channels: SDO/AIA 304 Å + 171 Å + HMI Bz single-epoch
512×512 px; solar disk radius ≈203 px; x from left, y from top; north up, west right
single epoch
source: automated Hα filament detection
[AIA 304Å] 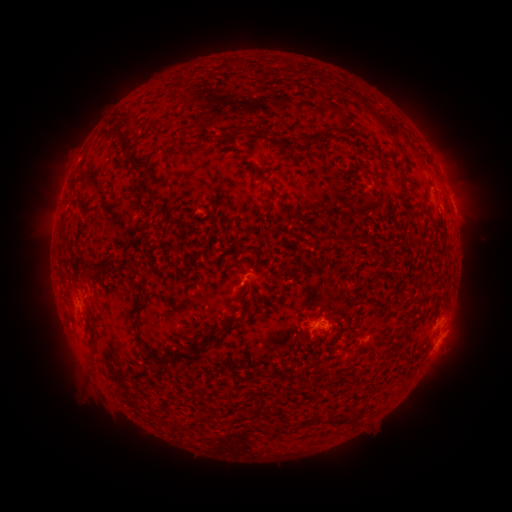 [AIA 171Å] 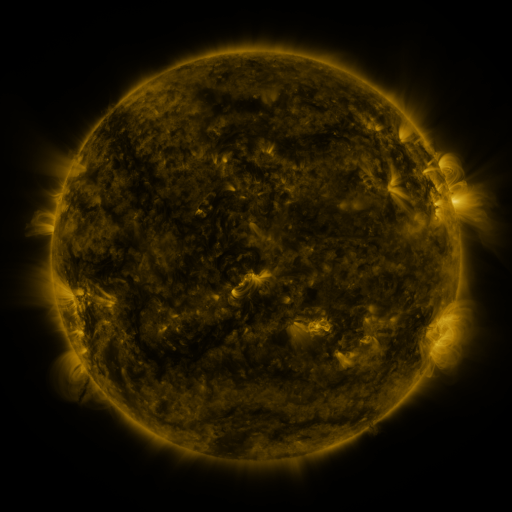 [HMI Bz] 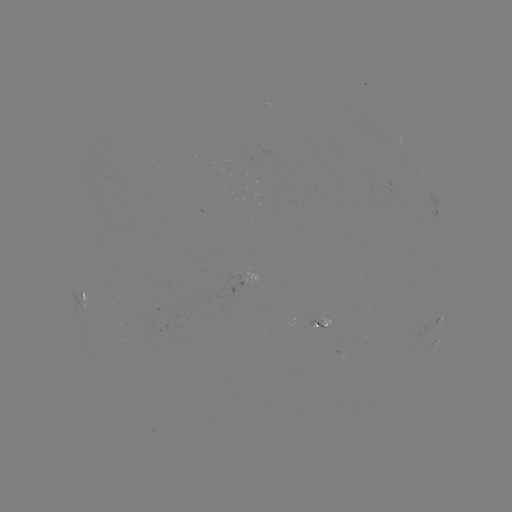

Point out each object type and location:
filament: (242, 63)
filament: (343, 117)
filament: (381, 118)
filament: (250, 130)
filament: (120, 134)
filament: (309, 140)
filament: (399, 147)
filament: (132, 159)
filament: (146, 181)
filament: (156, 198)
filament: (346, 239)
filament: (137, 307)
filament: (236, 320)
filament: (211, 335)
filament: (192, 357)
filament: (172, 358)
filament: (244, 416)
